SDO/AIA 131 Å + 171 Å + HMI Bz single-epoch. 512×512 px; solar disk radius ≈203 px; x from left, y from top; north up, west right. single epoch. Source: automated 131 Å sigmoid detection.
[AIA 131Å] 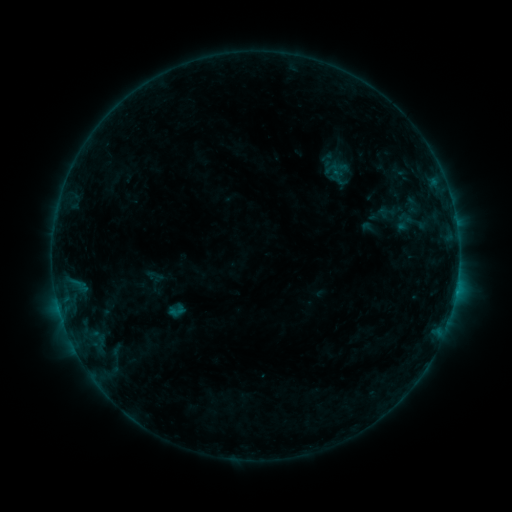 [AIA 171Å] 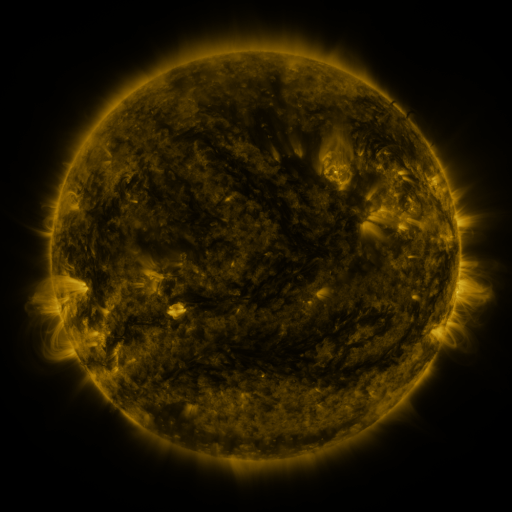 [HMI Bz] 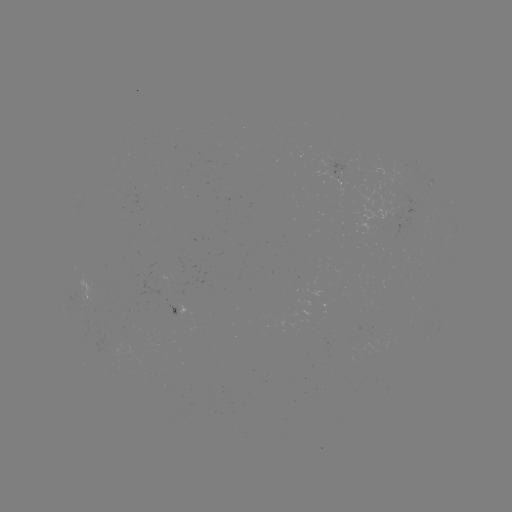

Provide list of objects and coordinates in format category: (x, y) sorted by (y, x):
sigmoid: (387, 212)
sigmoid: (176, 311)
